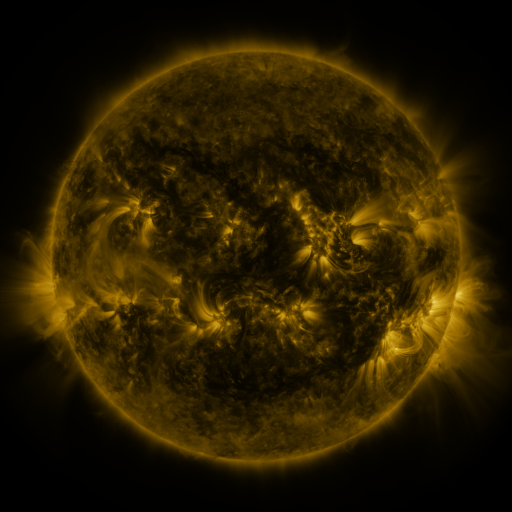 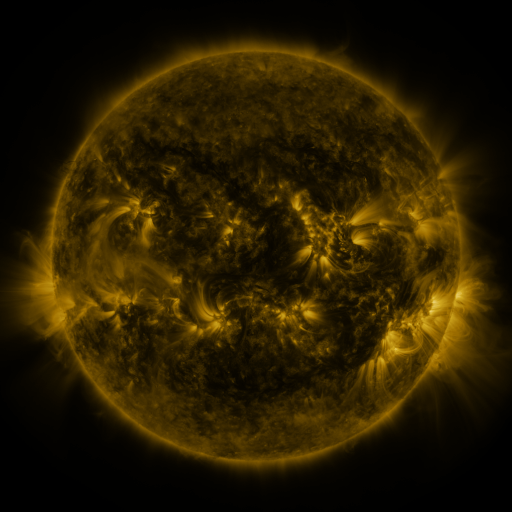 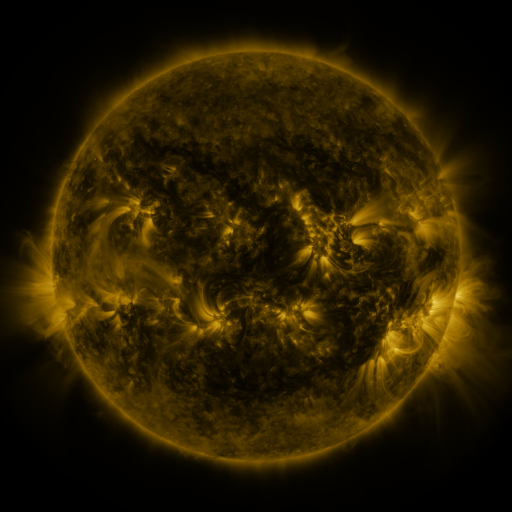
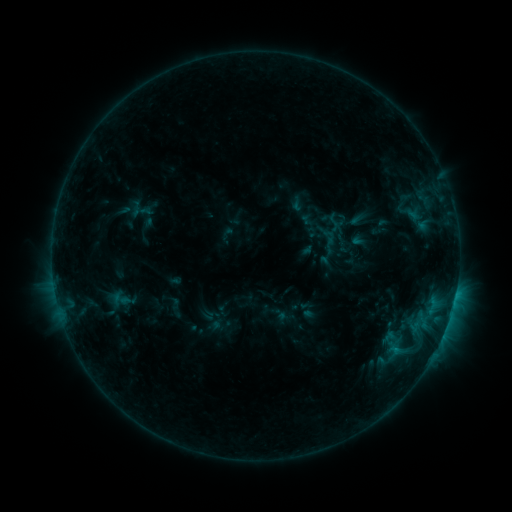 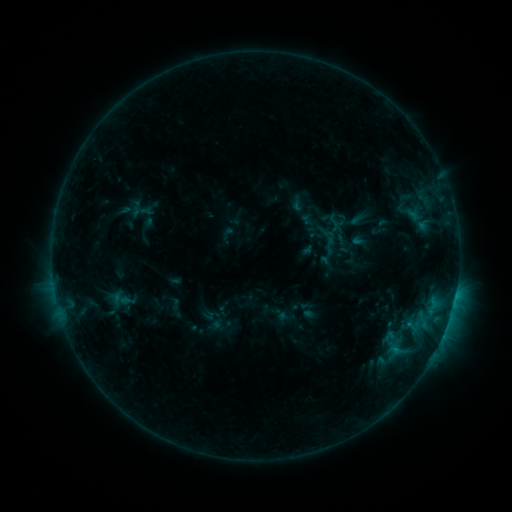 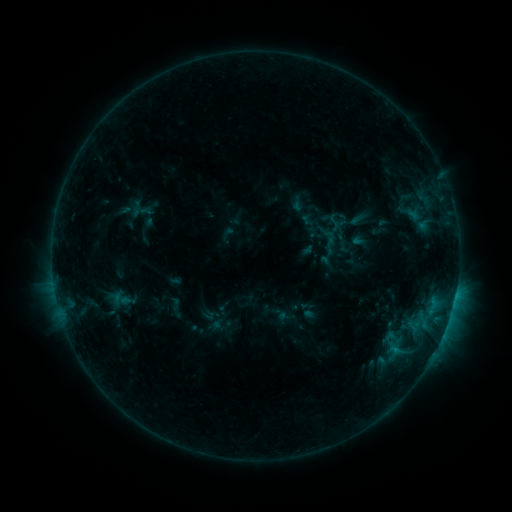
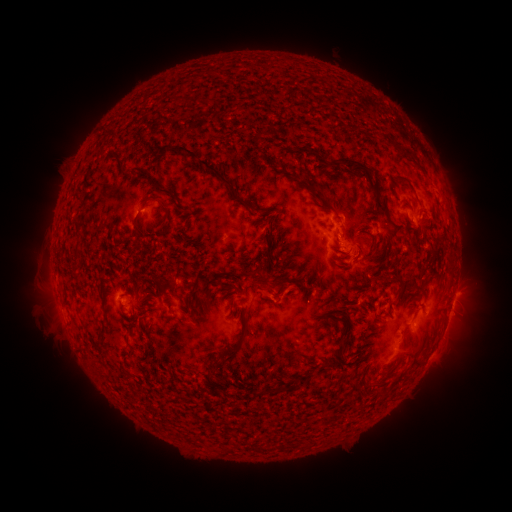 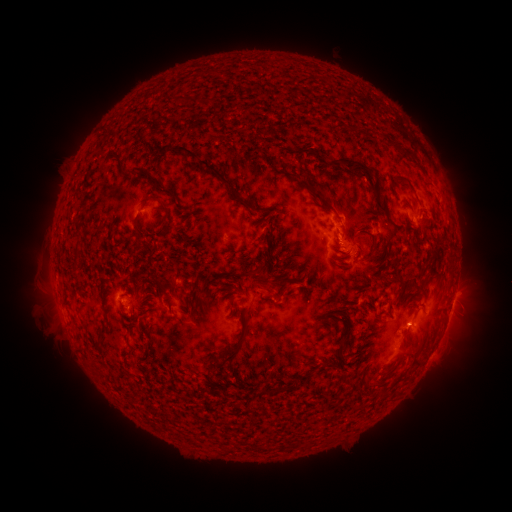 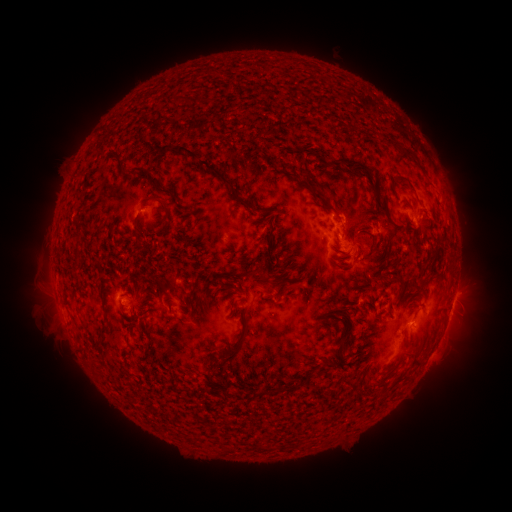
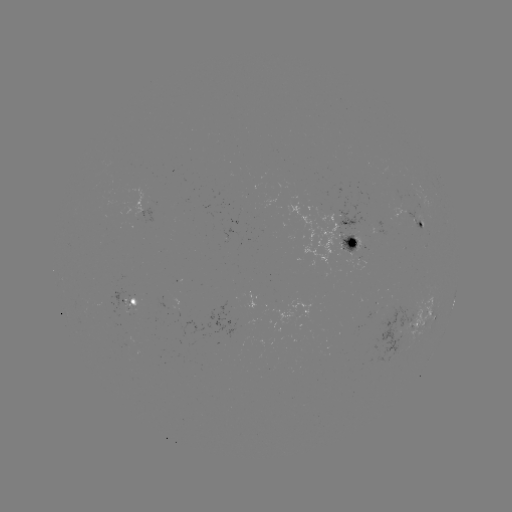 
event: eruption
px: (415, 331)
